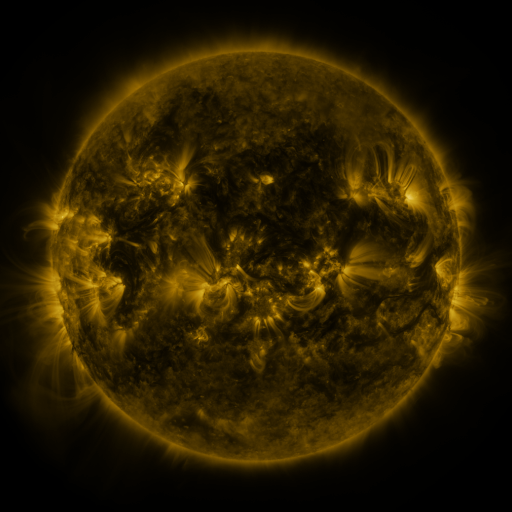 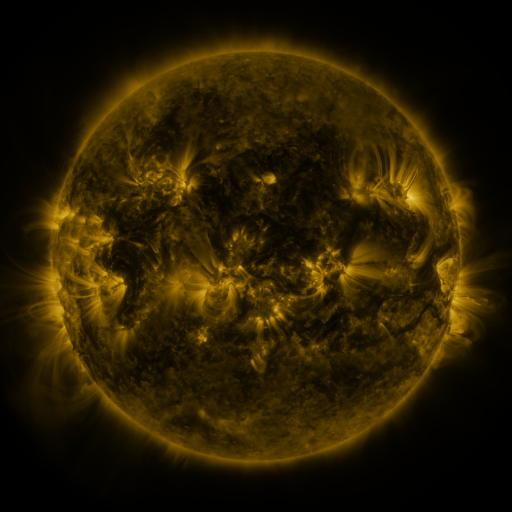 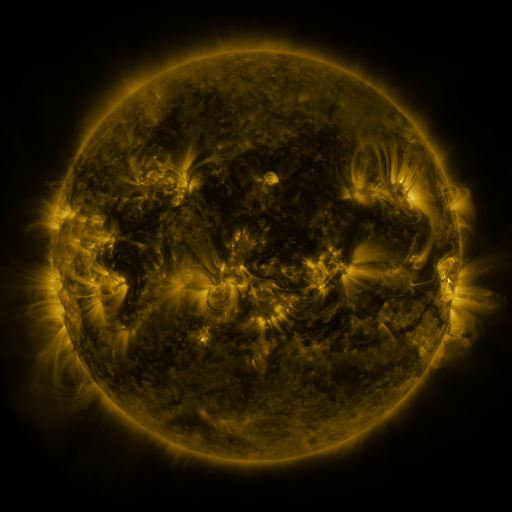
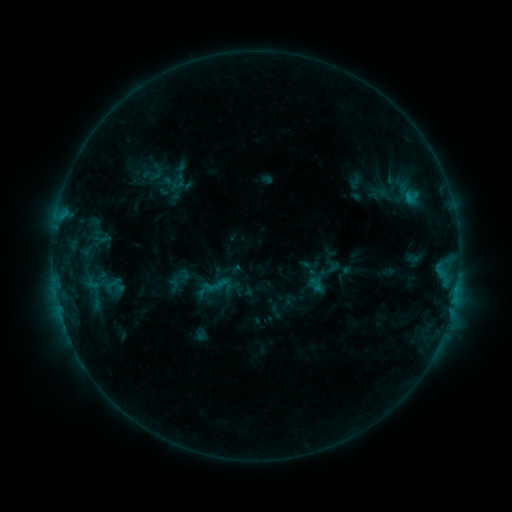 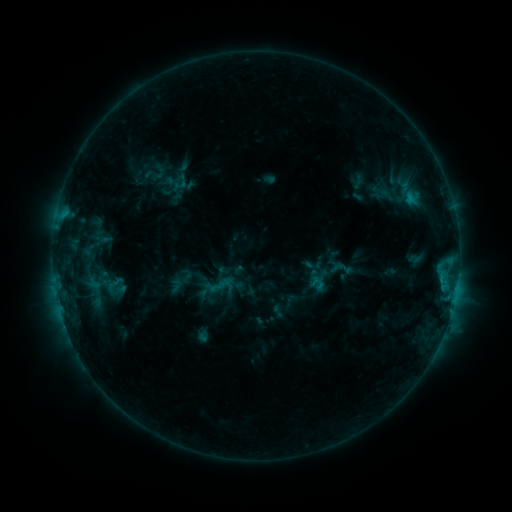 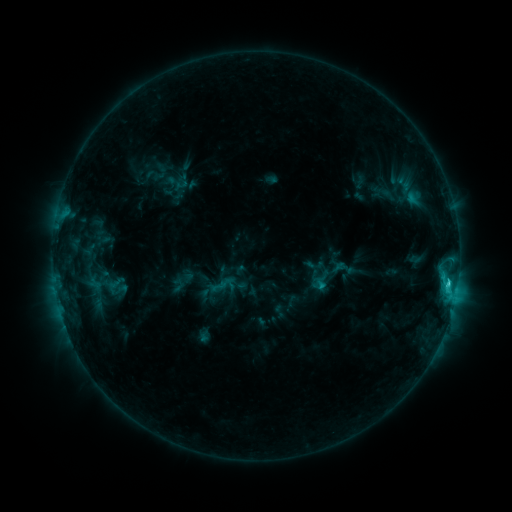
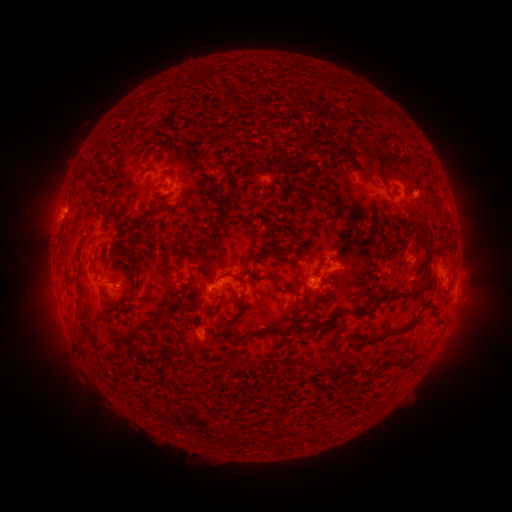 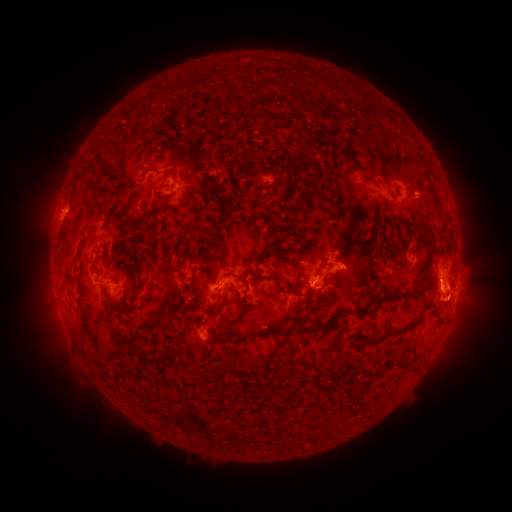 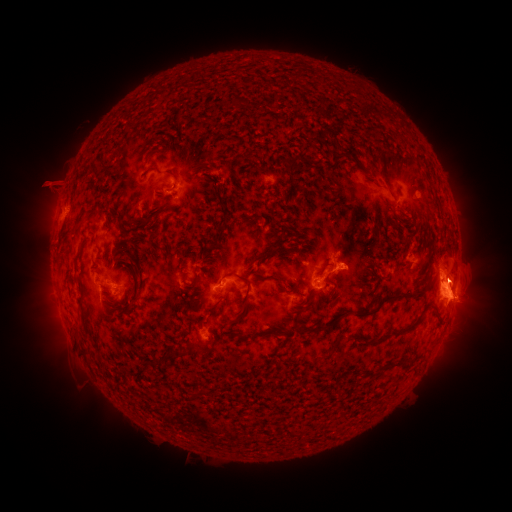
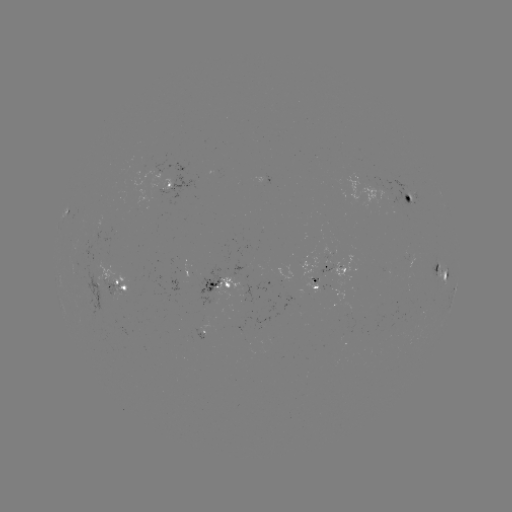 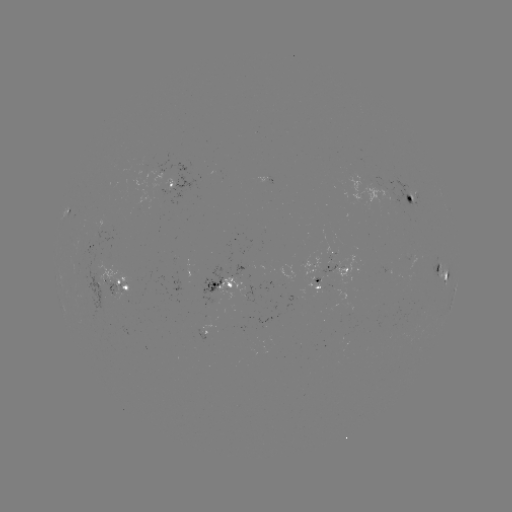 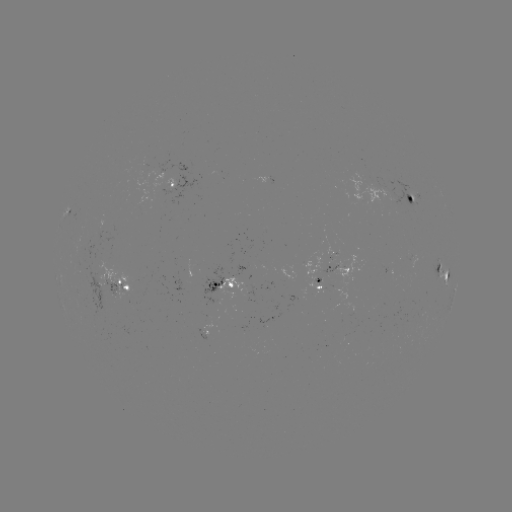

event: emerging-flux region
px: (202, 333)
